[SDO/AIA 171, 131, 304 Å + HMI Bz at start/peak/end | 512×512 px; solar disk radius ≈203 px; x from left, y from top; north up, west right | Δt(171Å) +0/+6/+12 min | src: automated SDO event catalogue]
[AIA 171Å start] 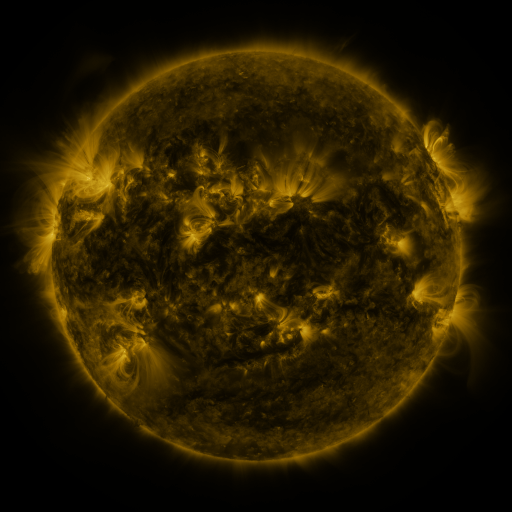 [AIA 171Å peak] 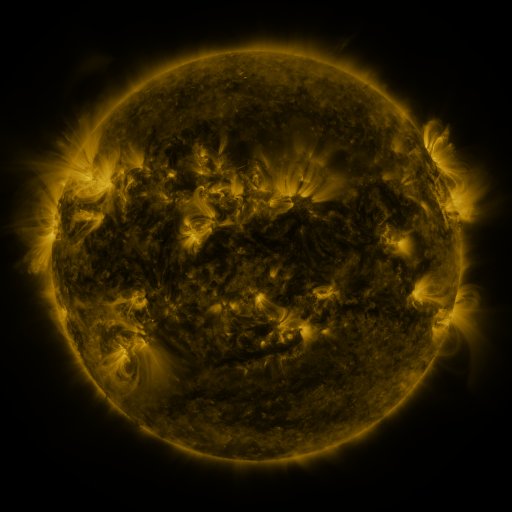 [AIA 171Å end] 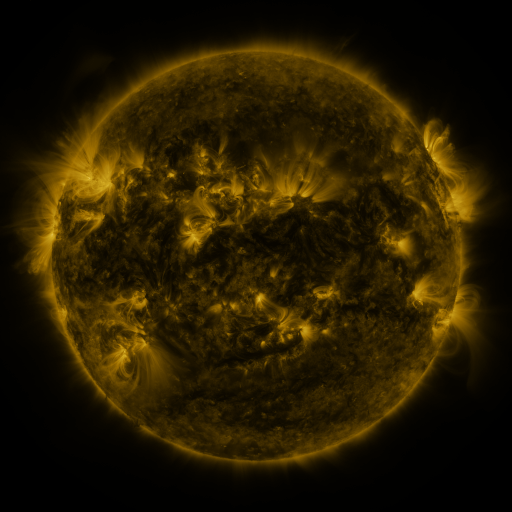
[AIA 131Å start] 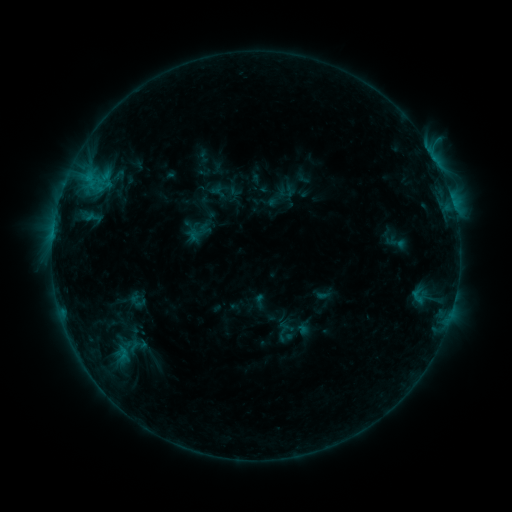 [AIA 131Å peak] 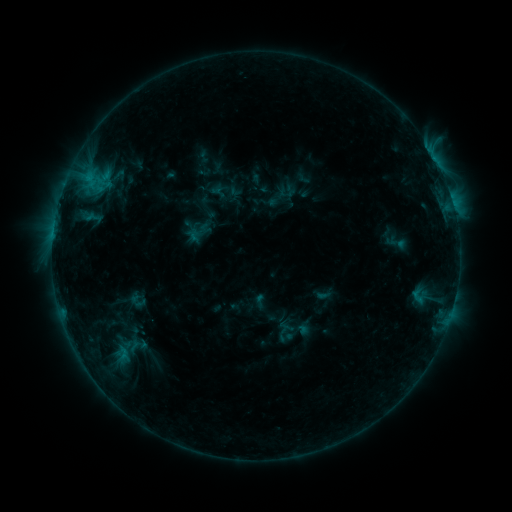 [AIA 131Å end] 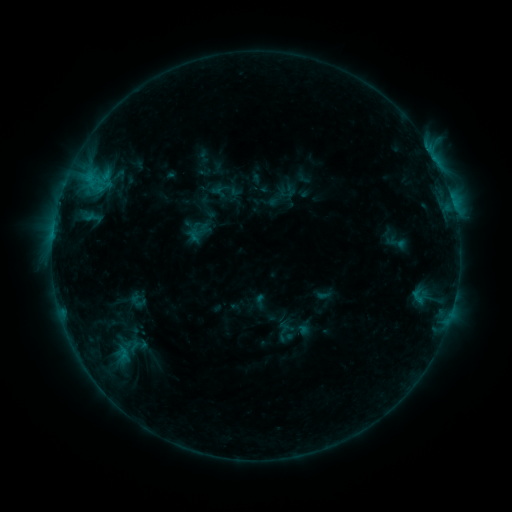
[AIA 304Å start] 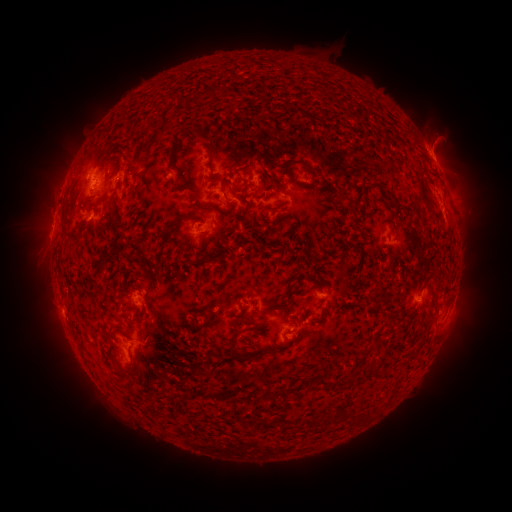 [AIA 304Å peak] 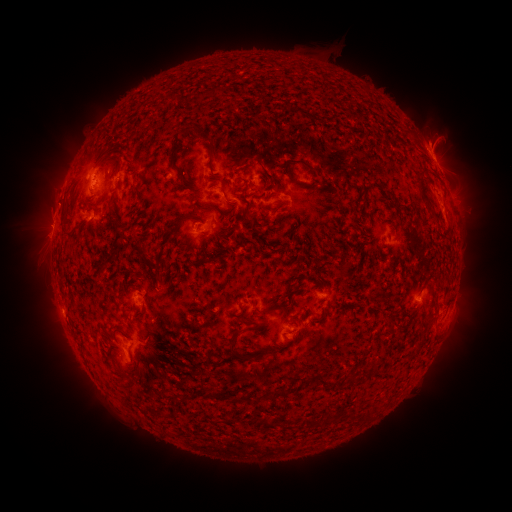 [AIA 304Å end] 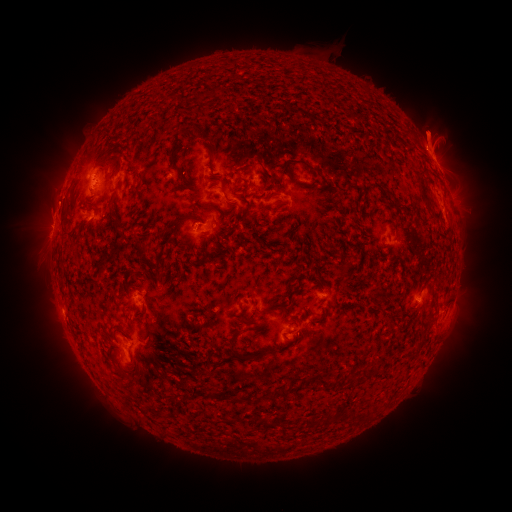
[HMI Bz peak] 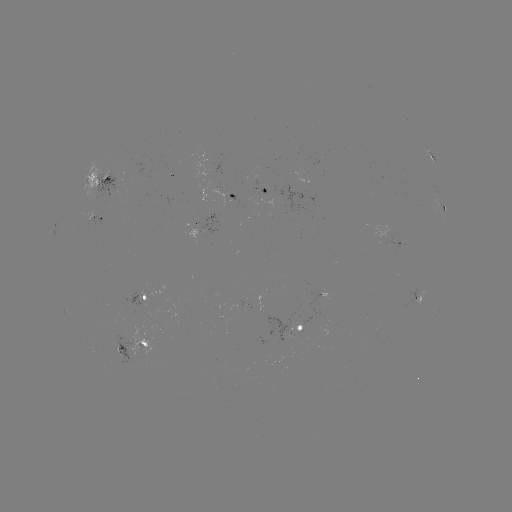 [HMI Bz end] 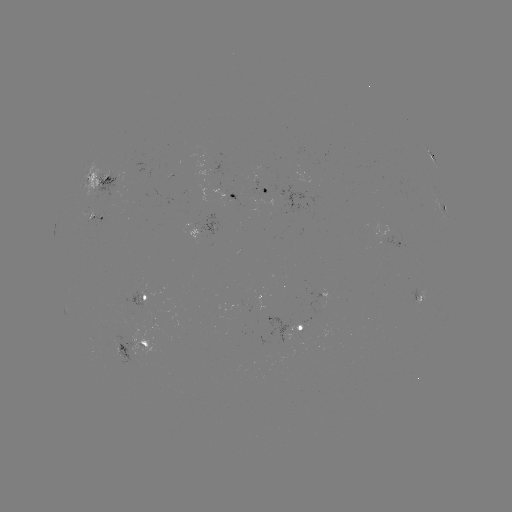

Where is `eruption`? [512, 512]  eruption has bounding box [403, 105, 458, 159].